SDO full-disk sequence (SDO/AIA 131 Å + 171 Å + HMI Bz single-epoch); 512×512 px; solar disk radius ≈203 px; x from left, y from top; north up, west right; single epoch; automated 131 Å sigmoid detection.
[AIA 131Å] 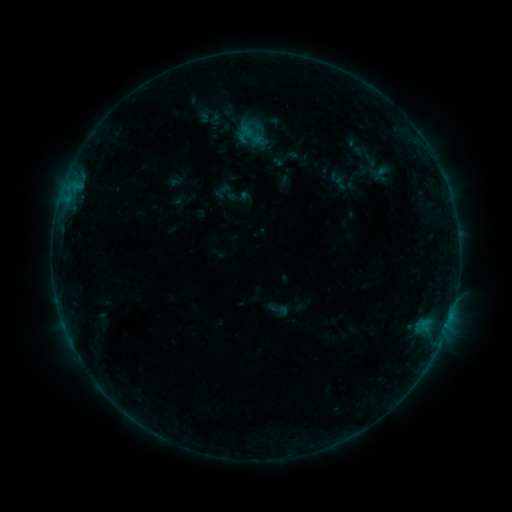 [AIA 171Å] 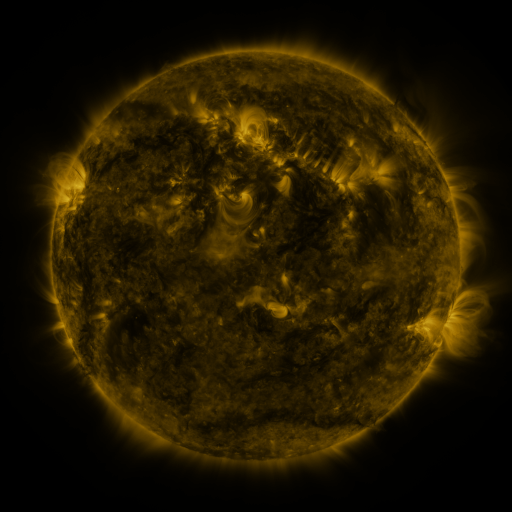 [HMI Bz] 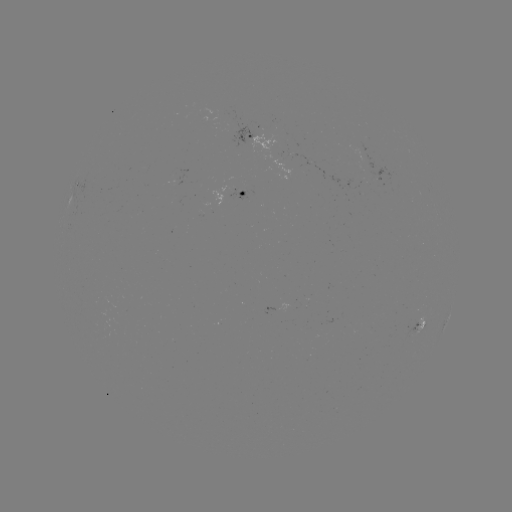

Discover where sigmoid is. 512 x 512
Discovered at (278, 309).